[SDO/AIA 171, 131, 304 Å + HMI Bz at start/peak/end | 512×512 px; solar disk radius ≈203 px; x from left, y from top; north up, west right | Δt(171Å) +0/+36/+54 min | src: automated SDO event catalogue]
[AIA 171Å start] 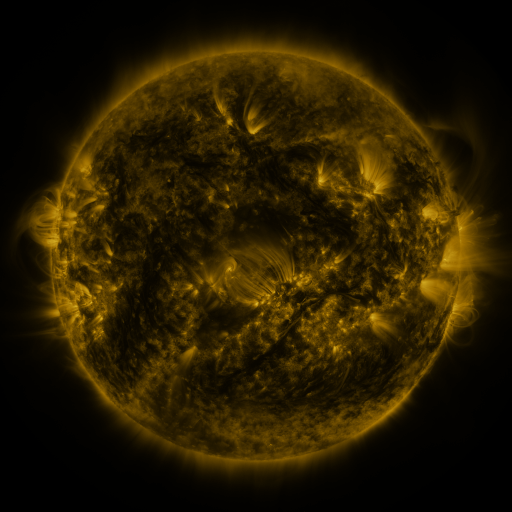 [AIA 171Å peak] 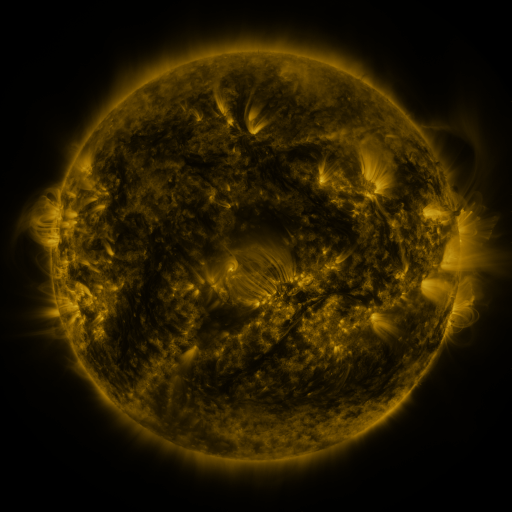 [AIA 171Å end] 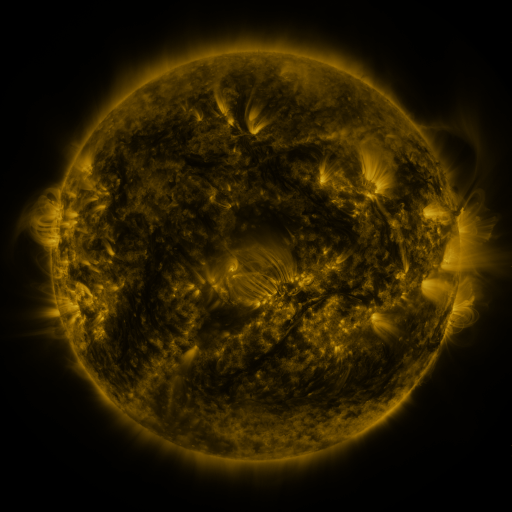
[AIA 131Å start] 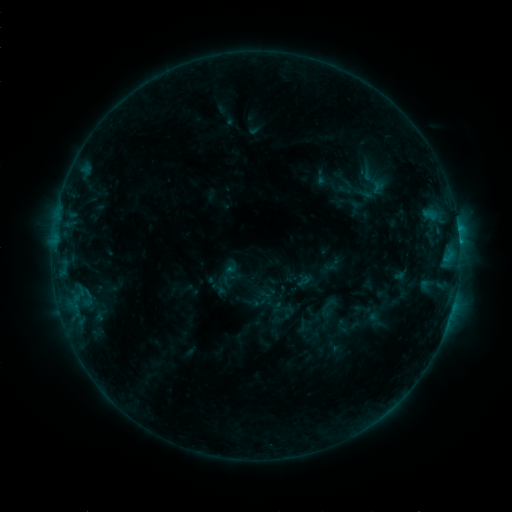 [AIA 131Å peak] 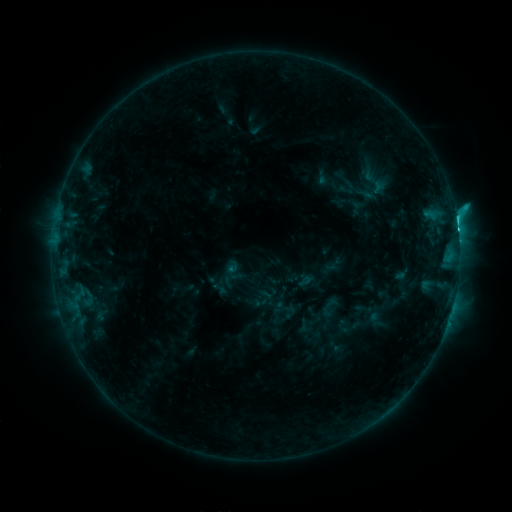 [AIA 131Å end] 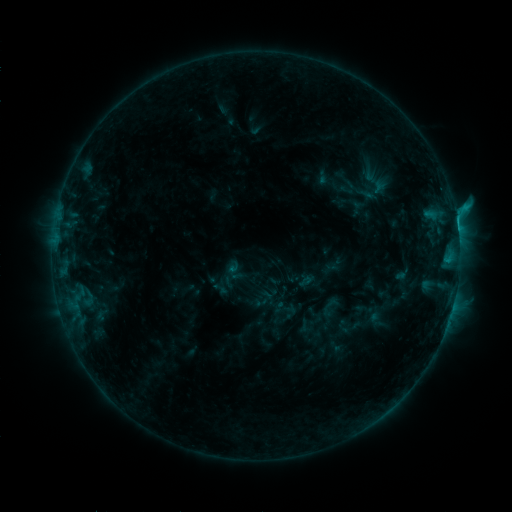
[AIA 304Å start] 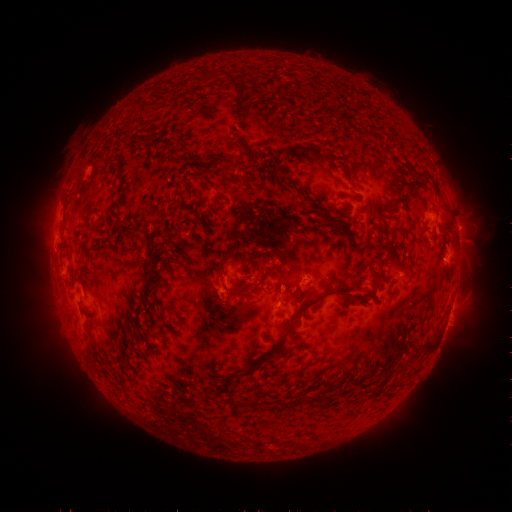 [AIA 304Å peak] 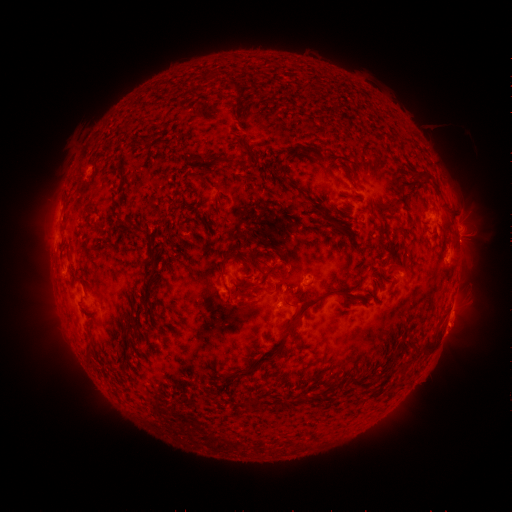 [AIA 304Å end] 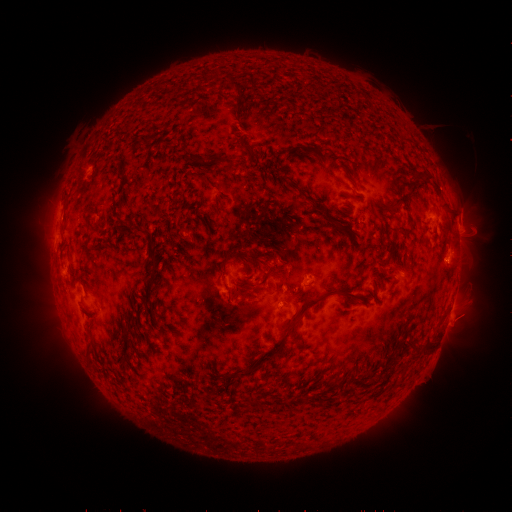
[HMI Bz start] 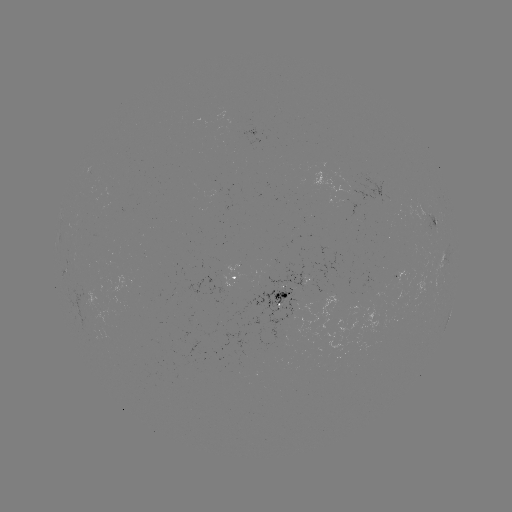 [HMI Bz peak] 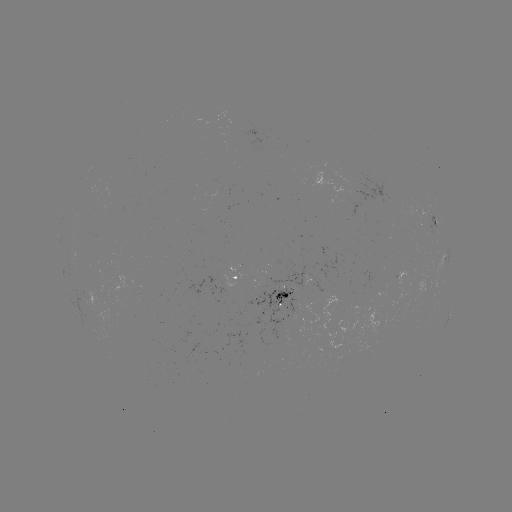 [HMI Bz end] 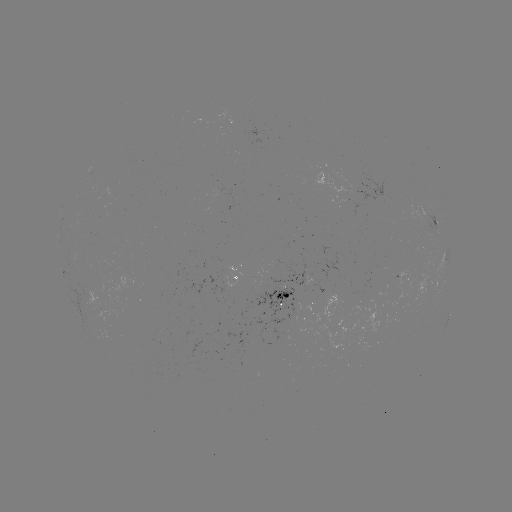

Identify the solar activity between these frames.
C3.0 flare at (455, 220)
